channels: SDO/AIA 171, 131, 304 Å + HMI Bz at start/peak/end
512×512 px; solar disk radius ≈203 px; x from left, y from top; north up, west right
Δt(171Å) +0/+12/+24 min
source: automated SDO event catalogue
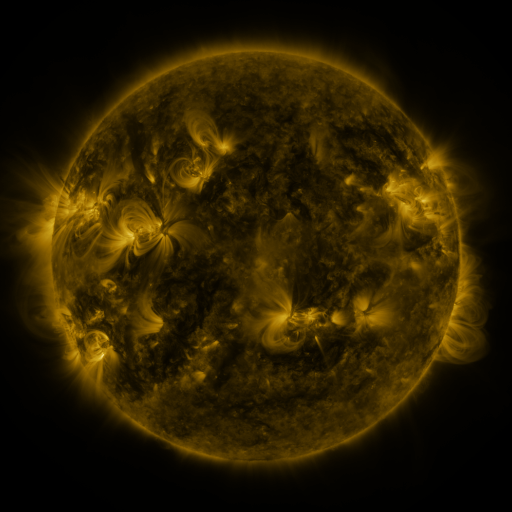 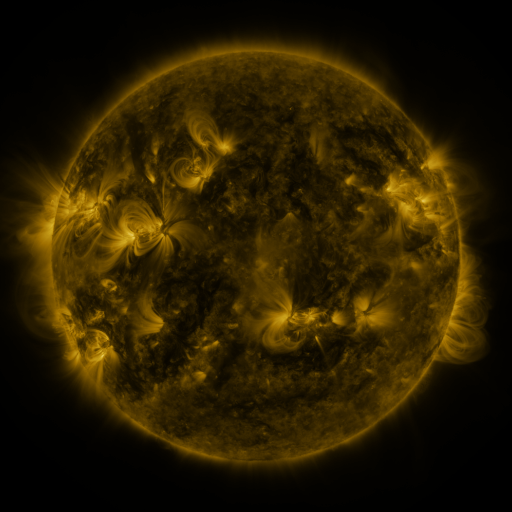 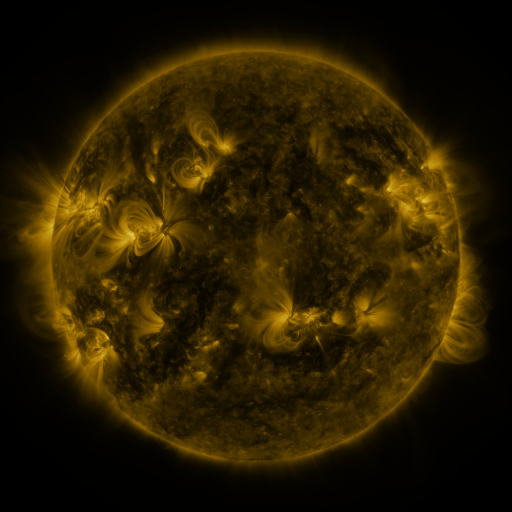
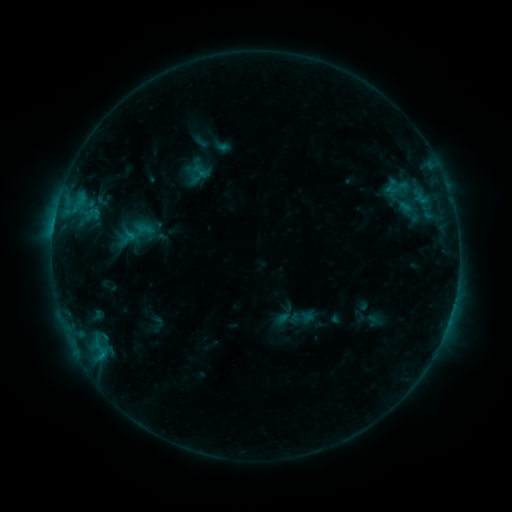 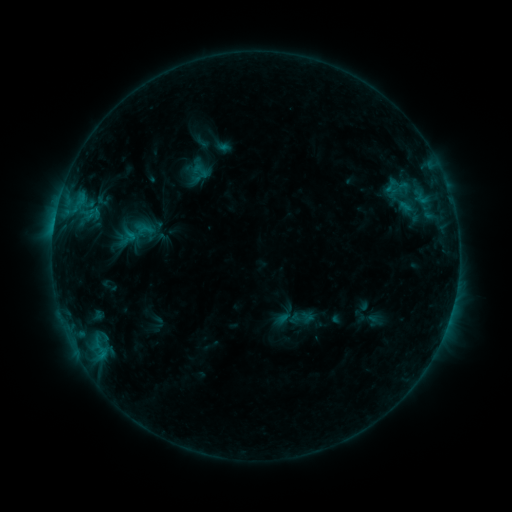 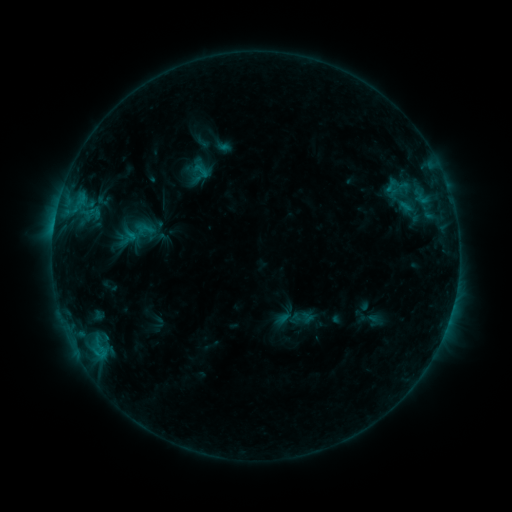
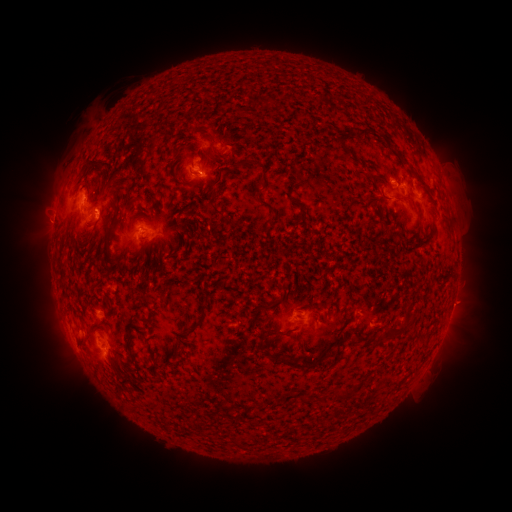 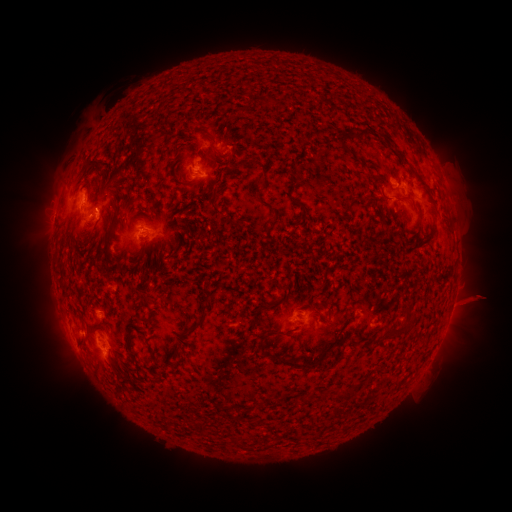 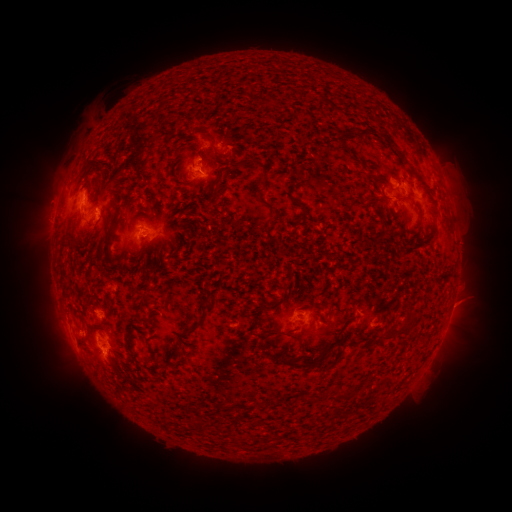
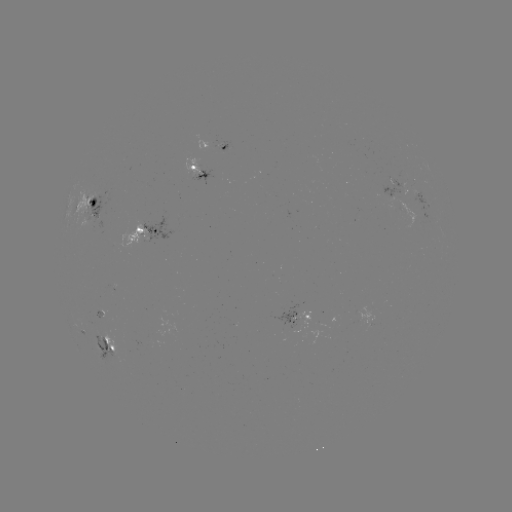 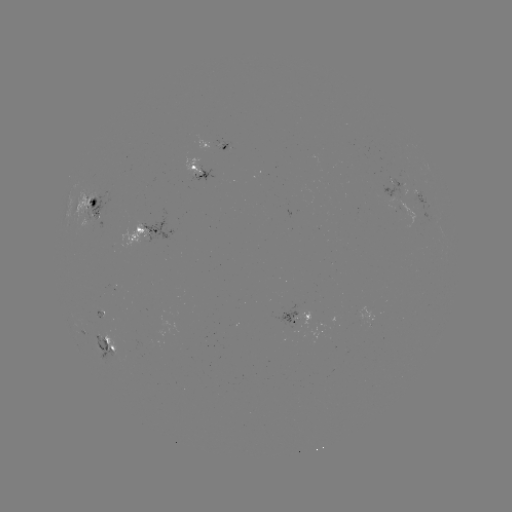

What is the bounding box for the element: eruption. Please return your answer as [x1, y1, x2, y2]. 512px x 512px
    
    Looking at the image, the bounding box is [438, 273, 502, 333].